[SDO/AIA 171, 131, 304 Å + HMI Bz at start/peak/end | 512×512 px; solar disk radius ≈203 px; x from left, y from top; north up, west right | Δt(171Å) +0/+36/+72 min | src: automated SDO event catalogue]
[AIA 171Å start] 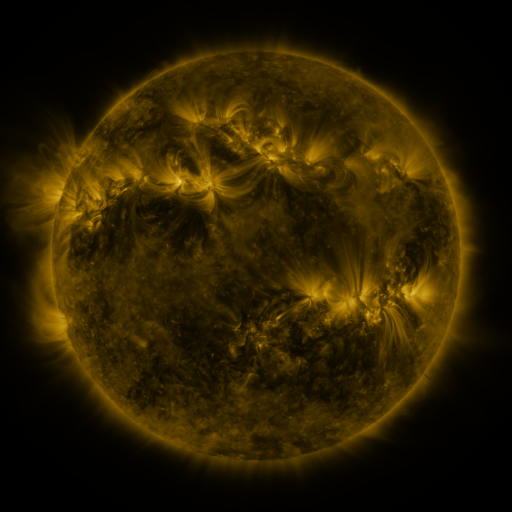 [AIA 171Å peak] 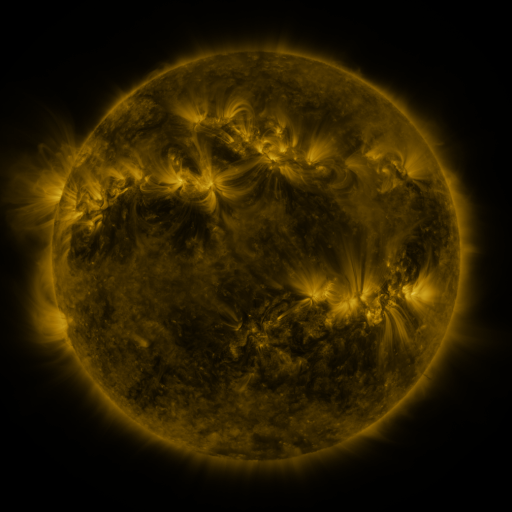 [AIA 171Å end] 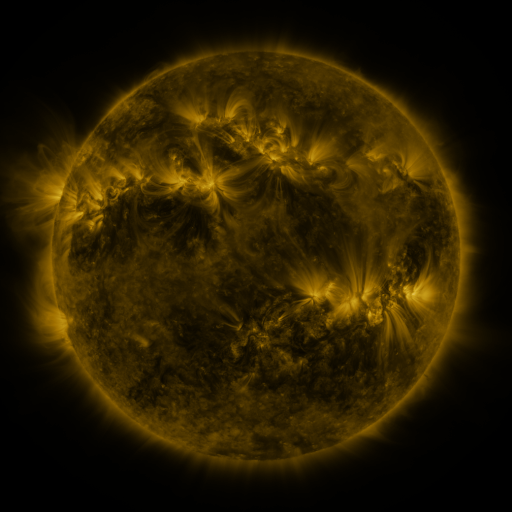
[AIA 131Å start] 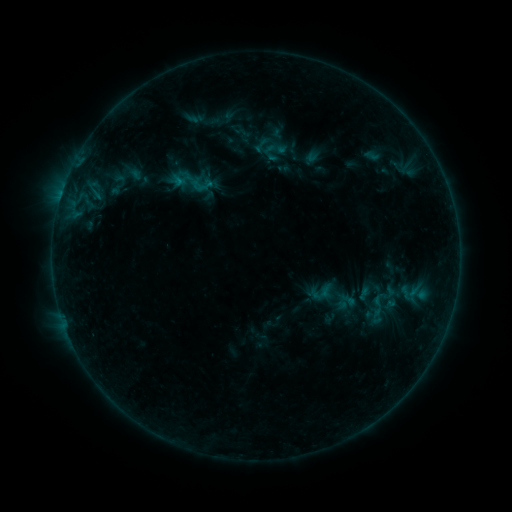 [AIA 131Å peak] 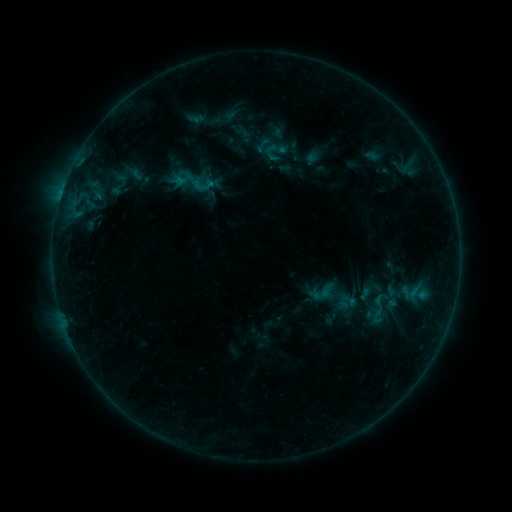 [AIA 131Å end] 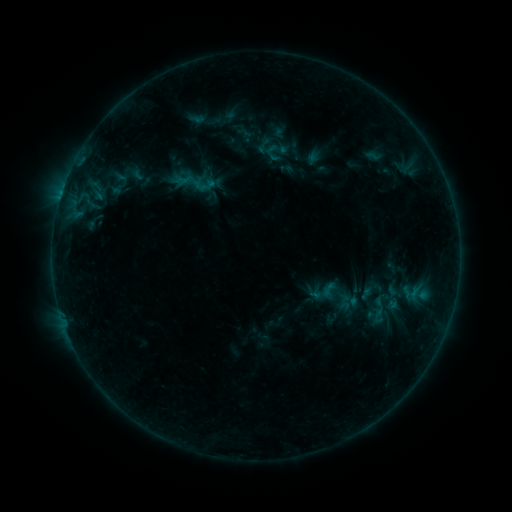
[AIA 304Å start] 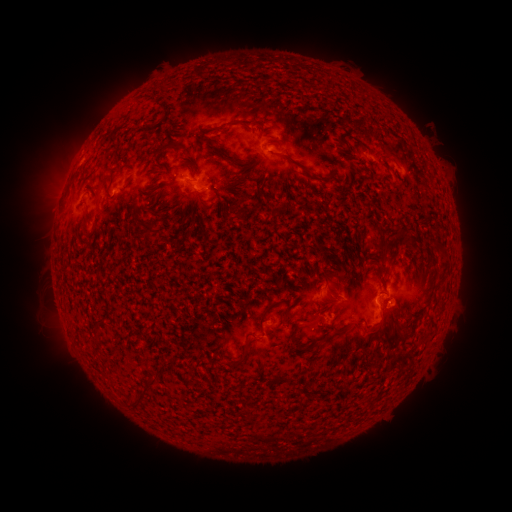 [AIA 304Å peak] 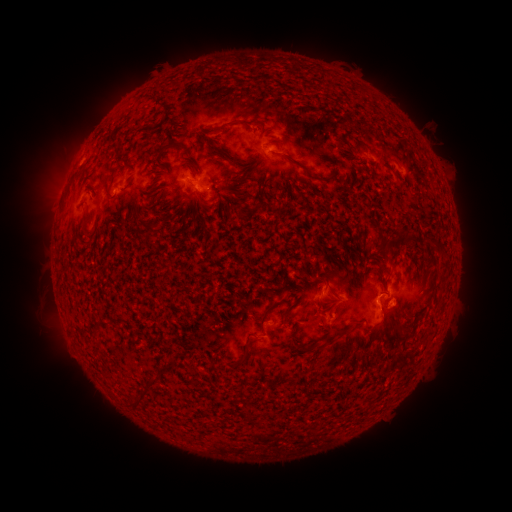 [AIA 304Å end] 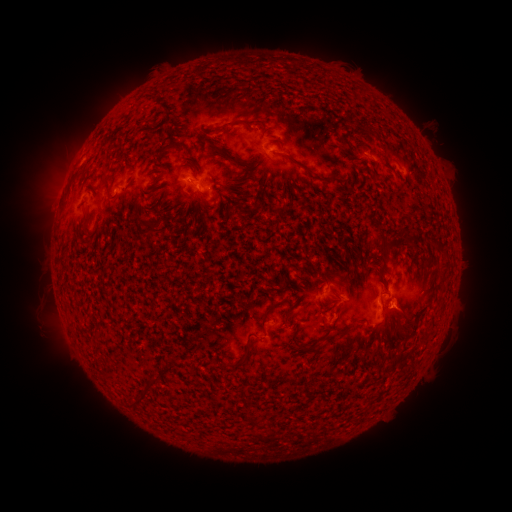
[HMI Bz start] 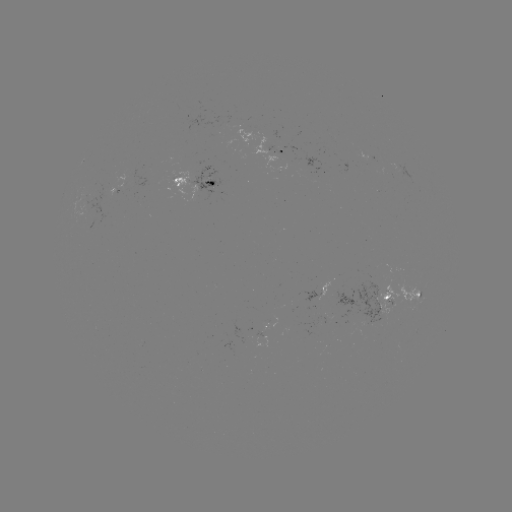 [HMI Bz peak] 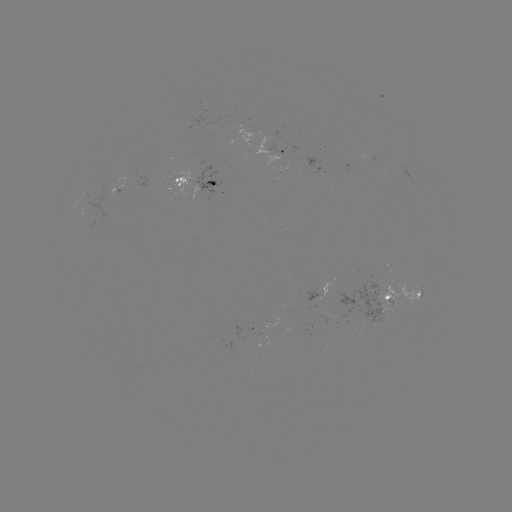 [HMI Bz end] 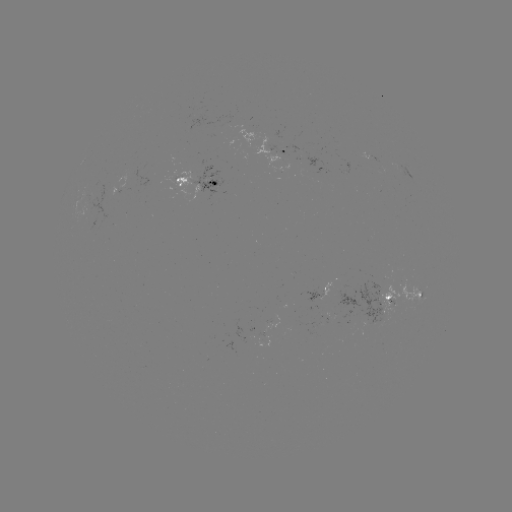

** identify emerging-flux region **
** (203, 178) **